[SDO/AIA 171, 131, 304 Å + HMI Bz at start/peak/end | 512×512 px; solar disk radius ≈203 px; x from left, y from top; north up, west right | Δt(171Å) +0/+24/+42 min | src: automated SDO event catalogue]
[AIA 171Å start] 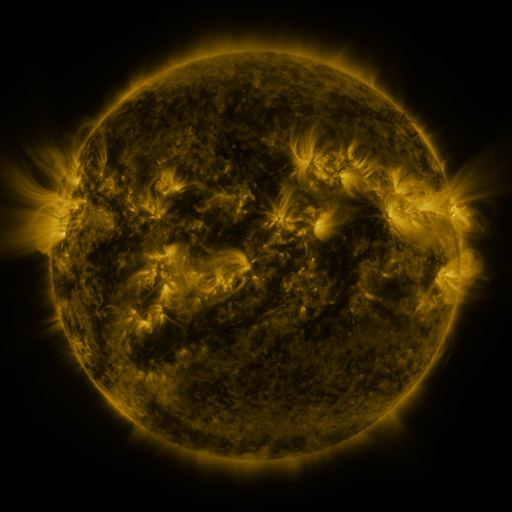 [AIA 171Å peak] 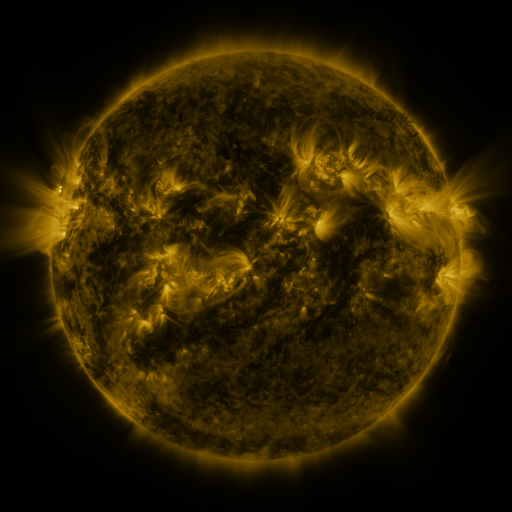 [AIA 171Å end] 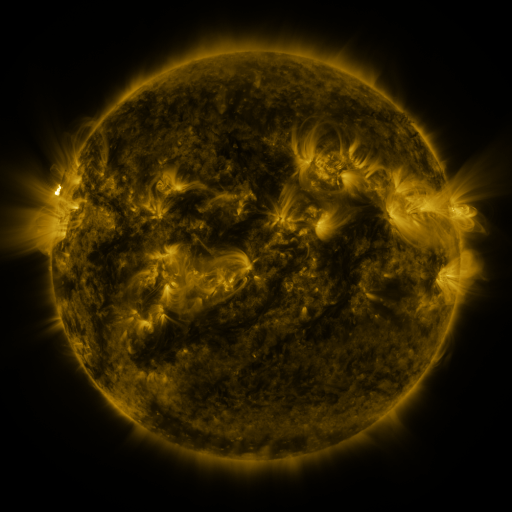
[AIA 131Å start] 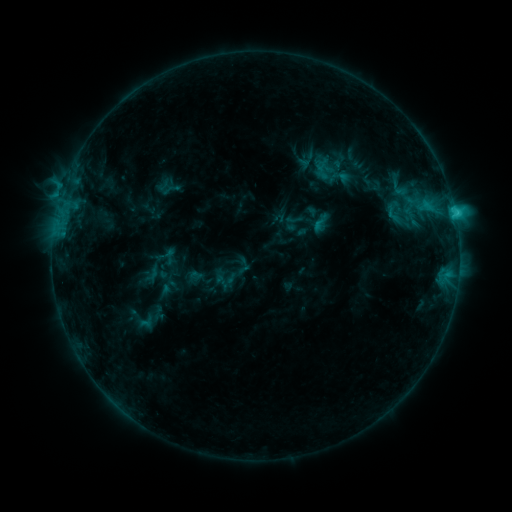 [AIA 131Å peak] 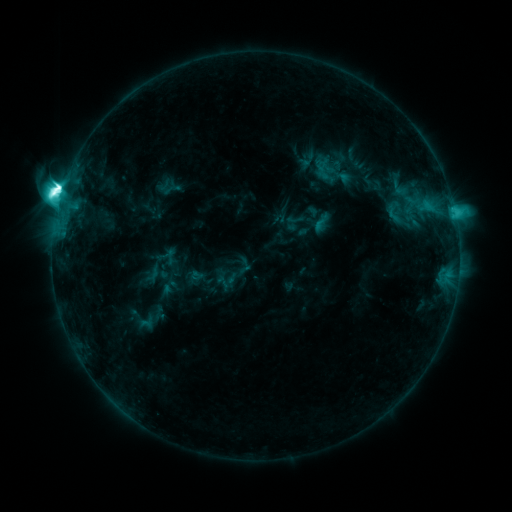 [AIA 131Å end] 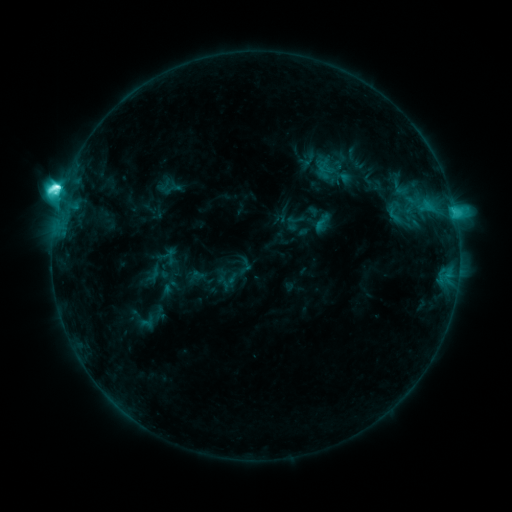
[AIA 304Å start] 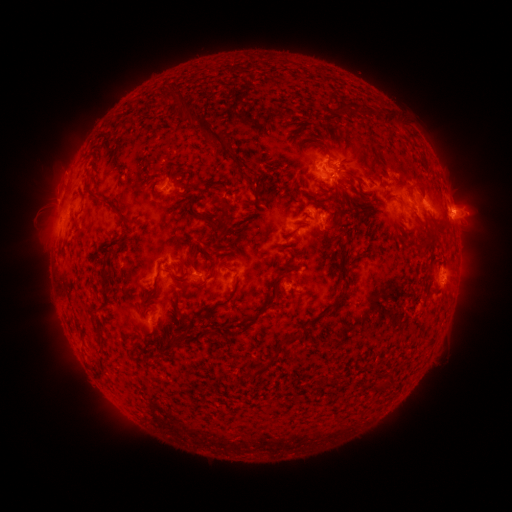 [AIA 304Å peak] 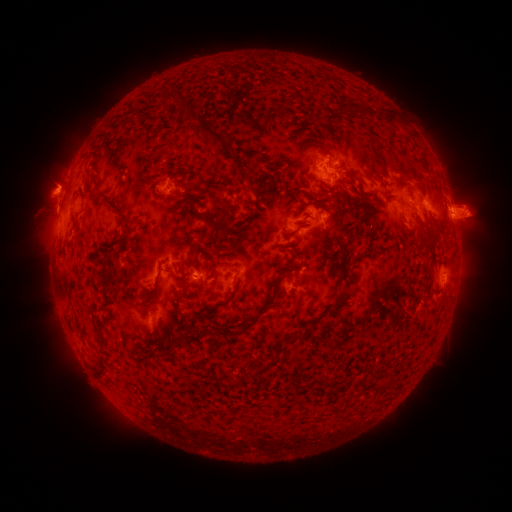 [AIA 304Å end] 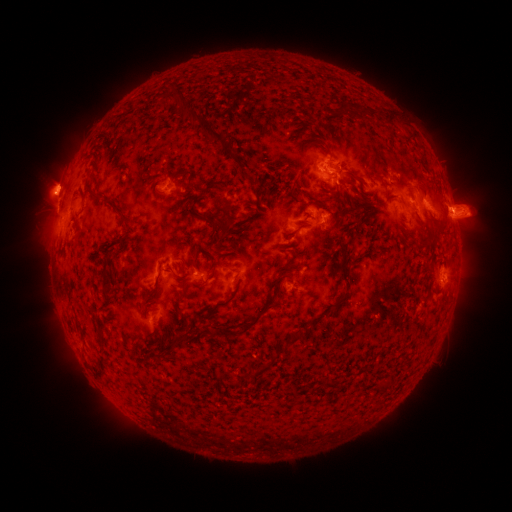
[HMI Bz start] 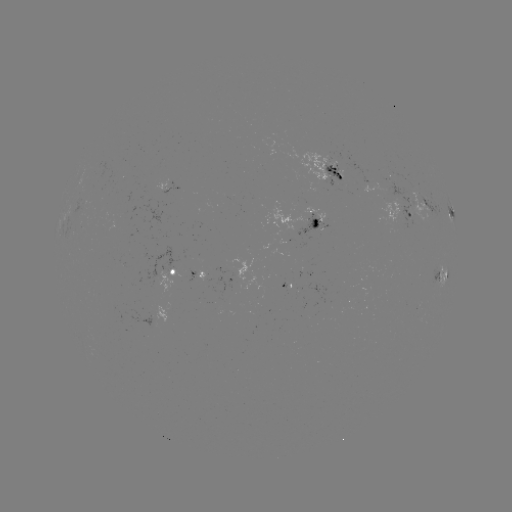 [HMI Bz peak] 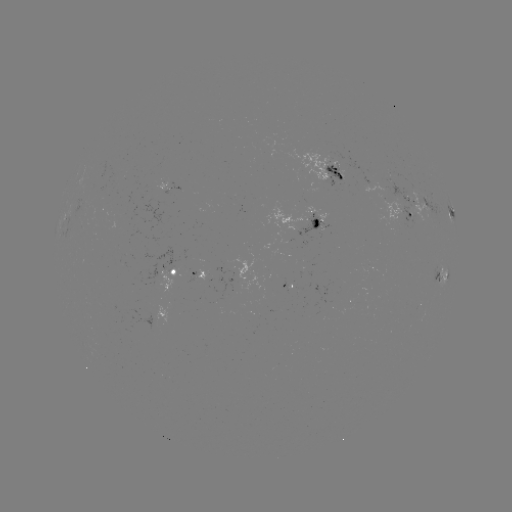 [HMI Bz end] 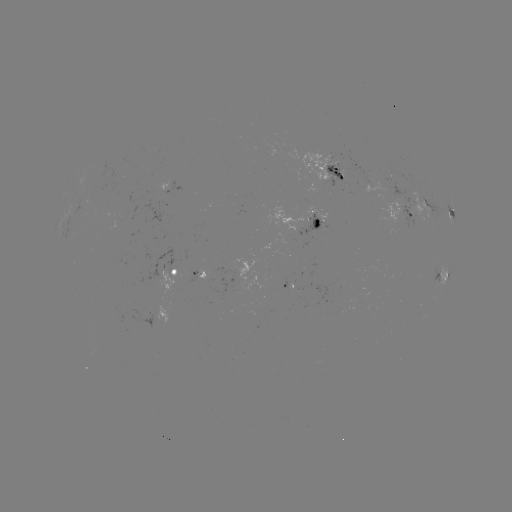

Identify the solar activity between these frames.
M2.2 flare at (63, 197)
